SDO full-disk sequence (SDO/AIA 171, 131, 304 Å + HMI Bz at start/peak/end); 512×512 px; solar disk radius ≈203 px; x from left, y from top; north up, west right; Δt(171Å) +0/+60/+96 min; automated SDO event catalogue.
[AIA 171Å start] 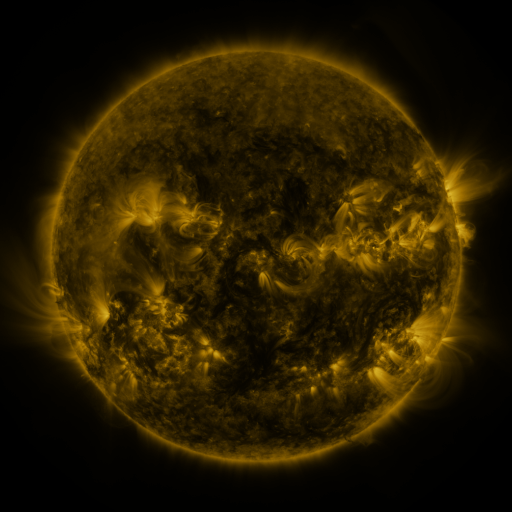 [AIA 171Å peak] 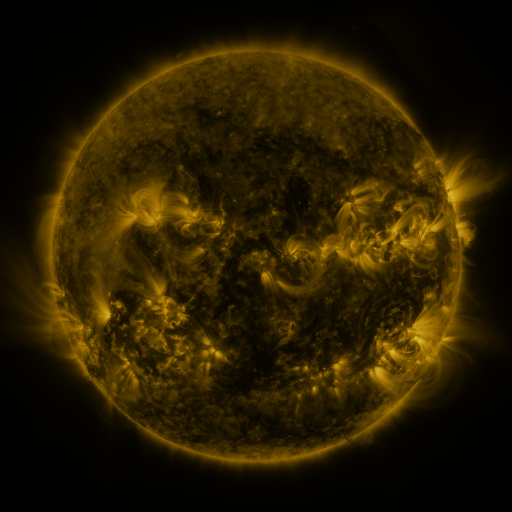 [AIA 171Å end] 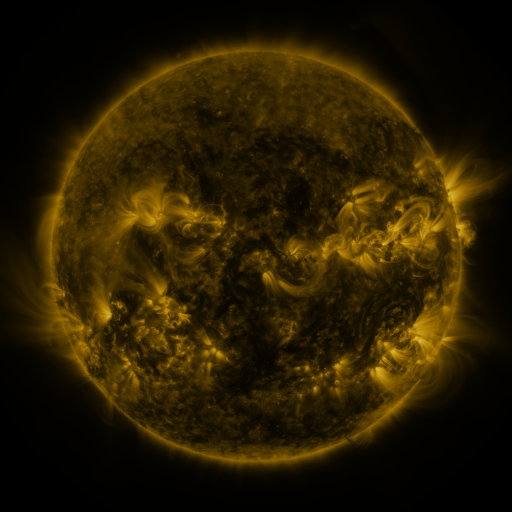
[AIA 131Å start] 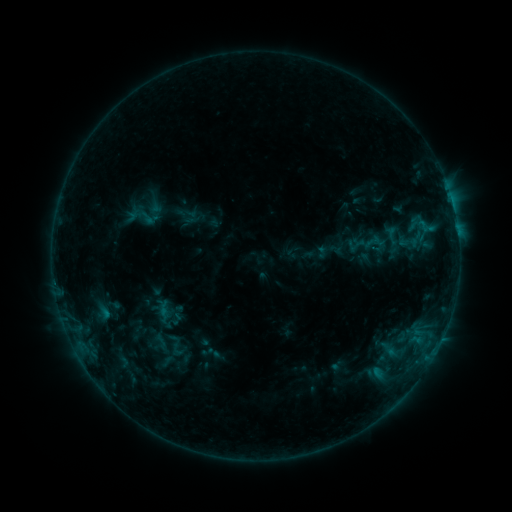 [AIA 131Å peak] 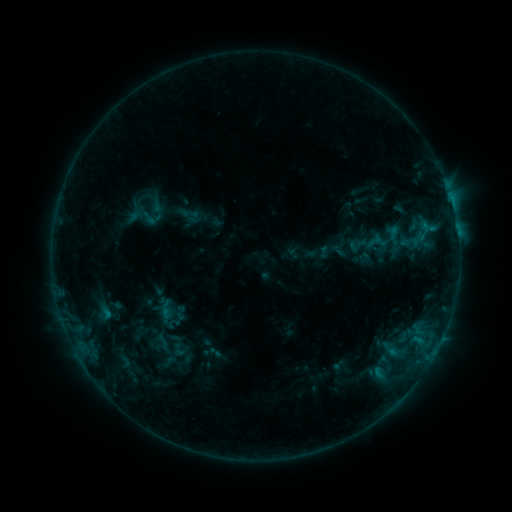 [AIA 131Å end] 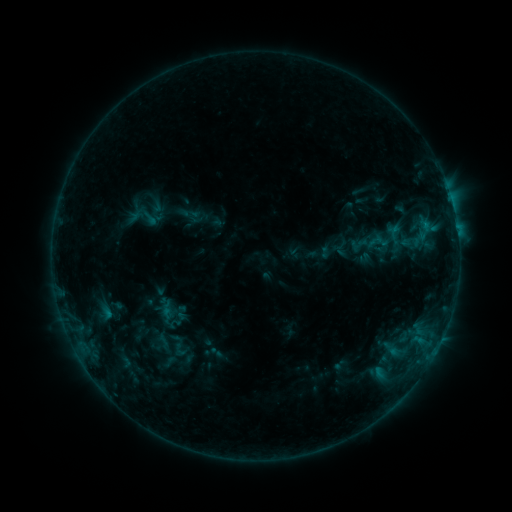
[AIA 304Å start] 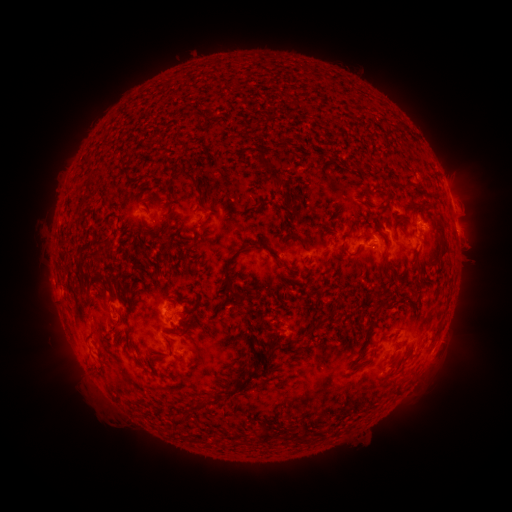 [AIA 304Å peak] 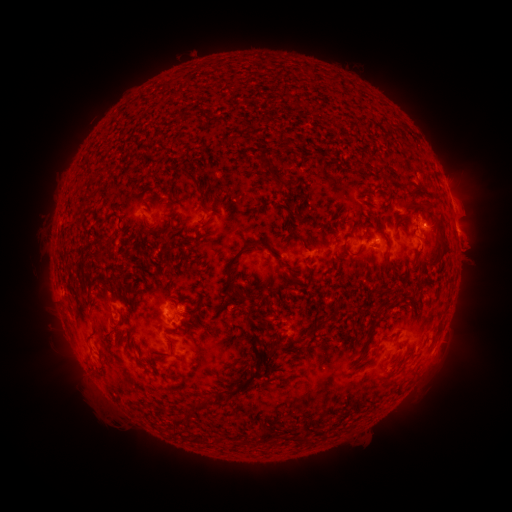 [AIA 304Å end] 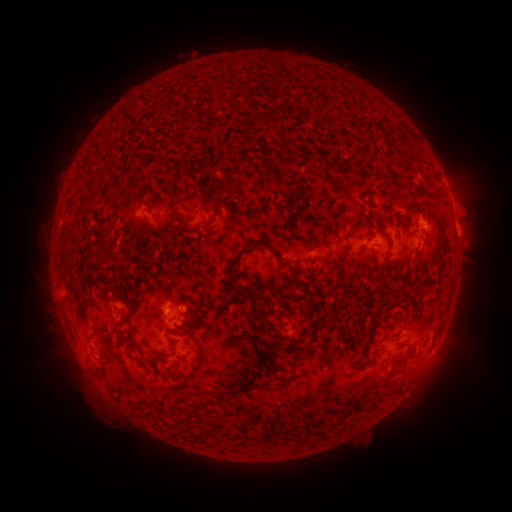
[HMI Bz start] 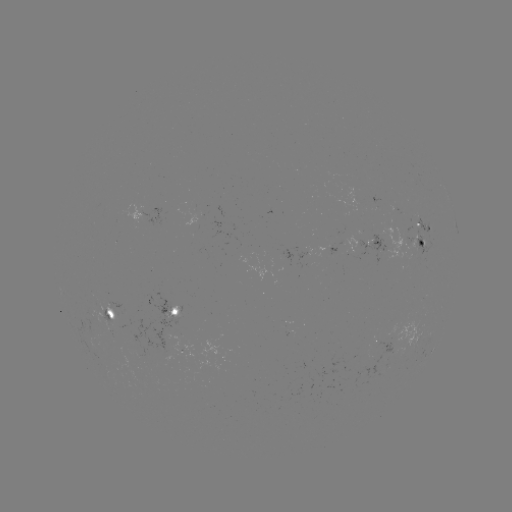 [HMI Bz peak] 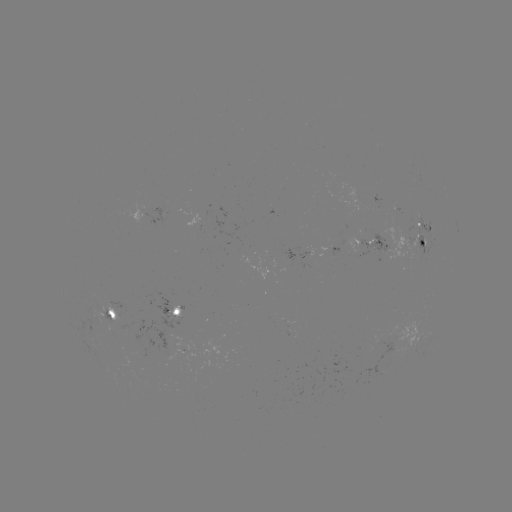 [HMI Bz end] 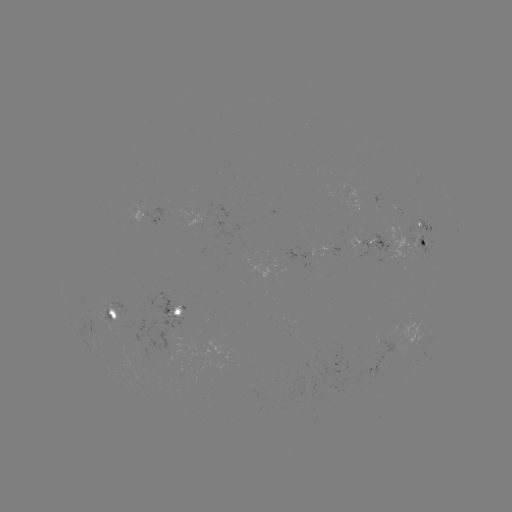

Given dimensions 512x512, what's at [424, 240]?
emerging-flux region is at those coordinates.